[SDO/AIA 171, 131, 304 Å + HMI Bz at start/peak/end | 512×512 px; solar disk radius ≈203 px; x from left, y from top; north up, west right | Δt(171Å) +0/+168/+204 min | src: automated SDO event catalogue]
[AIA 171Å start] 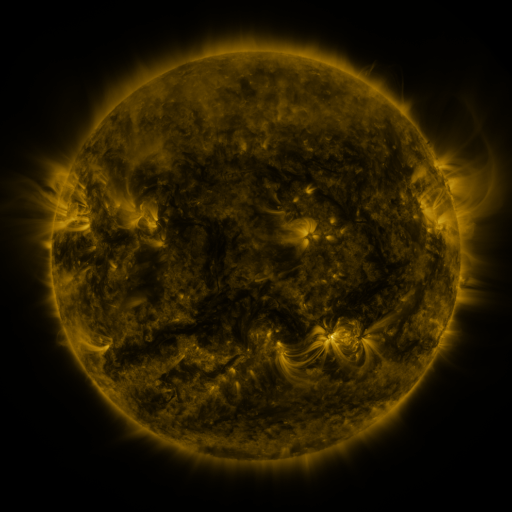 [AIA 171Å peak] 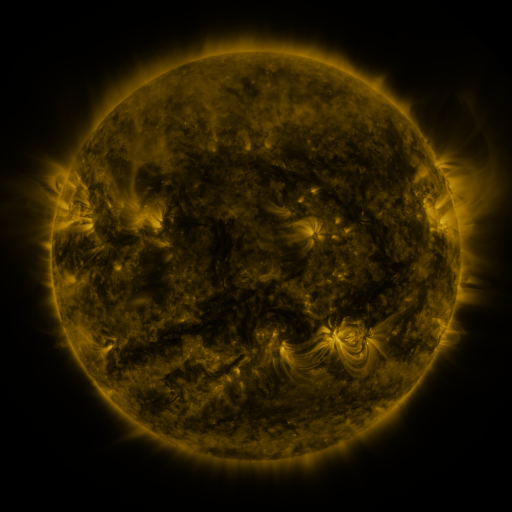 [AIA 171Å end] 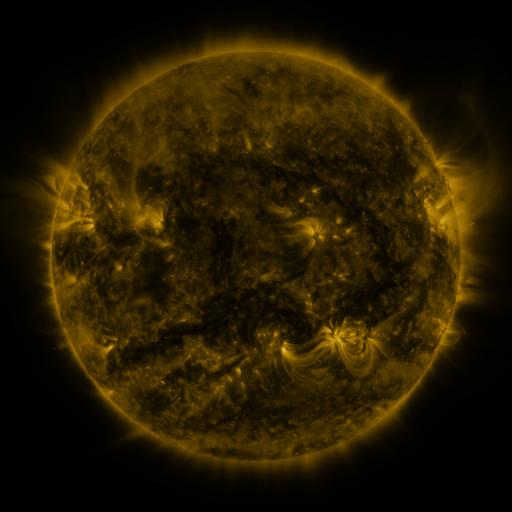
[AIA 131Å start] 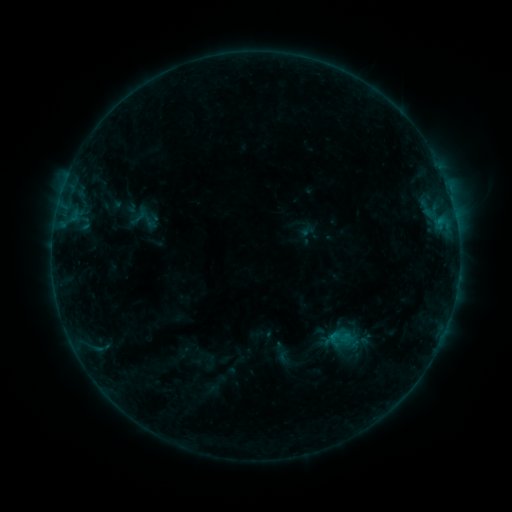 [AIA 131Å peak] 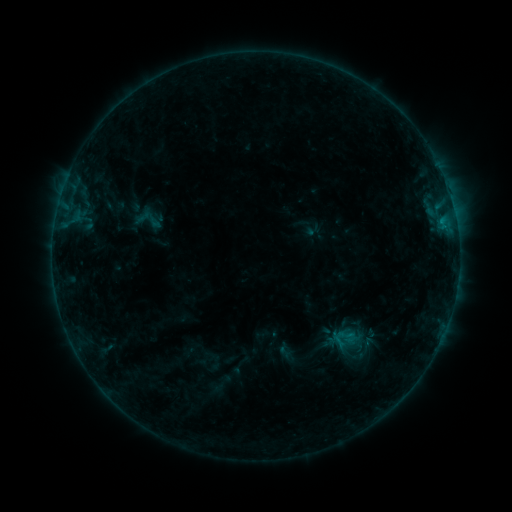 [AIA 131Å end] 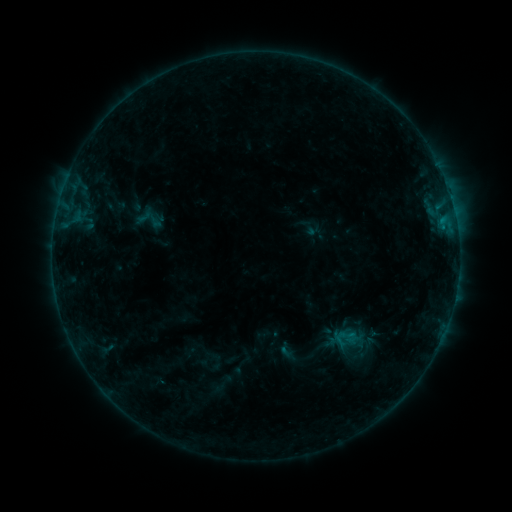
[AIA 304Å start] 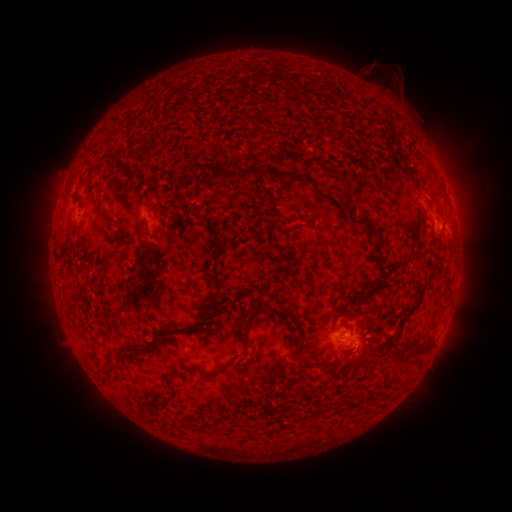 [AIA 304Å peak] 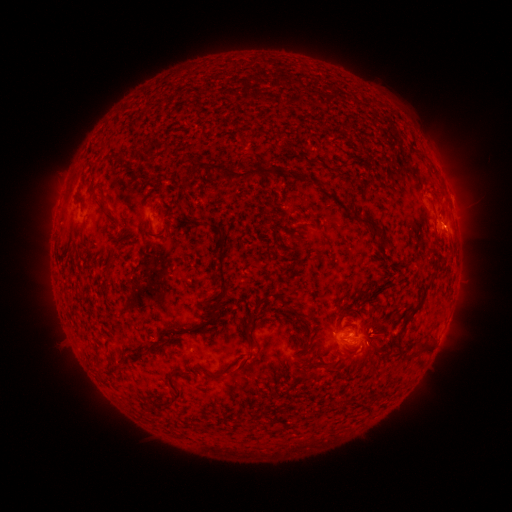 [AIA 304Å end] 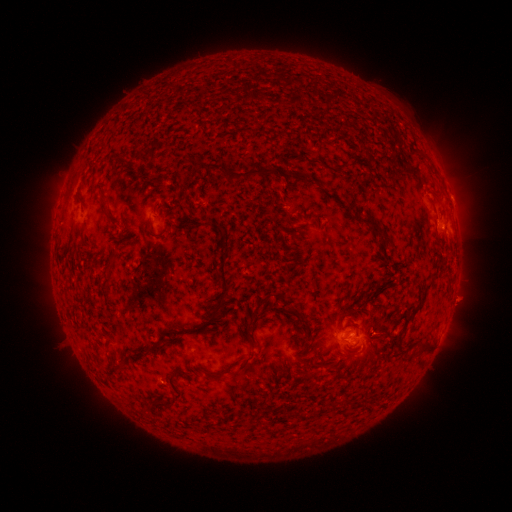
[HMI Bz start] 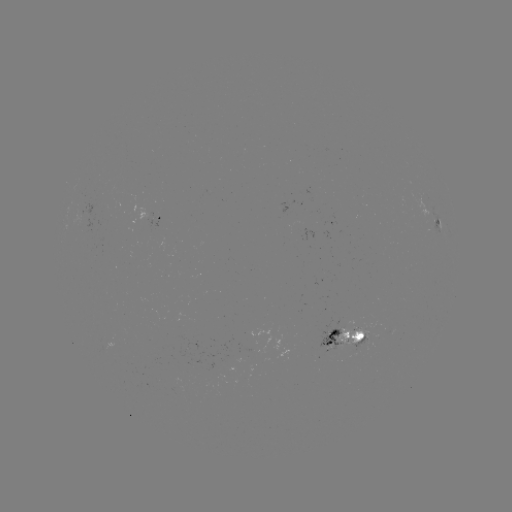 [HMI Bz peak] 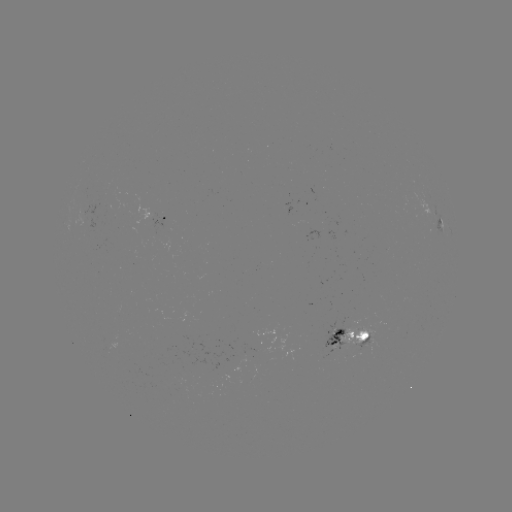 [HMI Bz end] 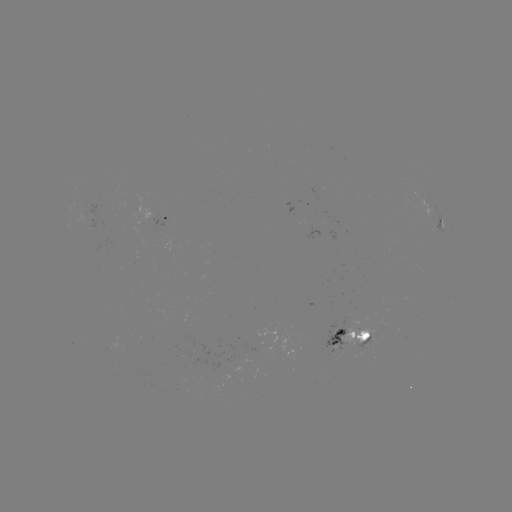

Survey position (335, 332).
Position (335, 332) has emerging-flux region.